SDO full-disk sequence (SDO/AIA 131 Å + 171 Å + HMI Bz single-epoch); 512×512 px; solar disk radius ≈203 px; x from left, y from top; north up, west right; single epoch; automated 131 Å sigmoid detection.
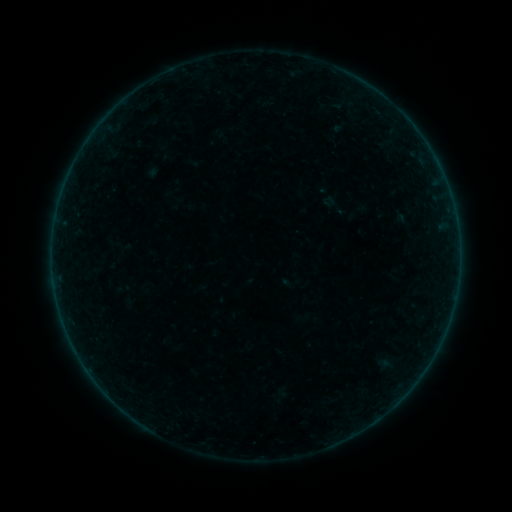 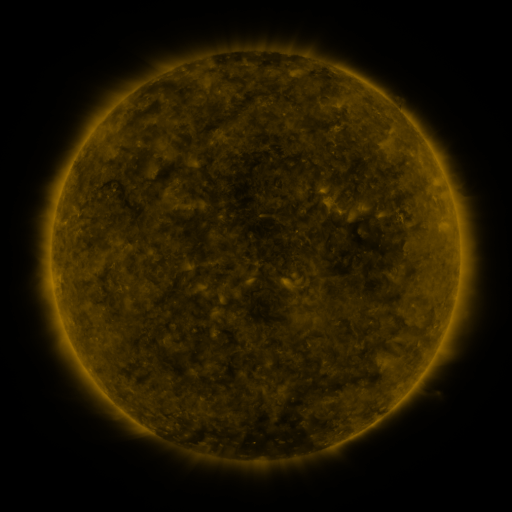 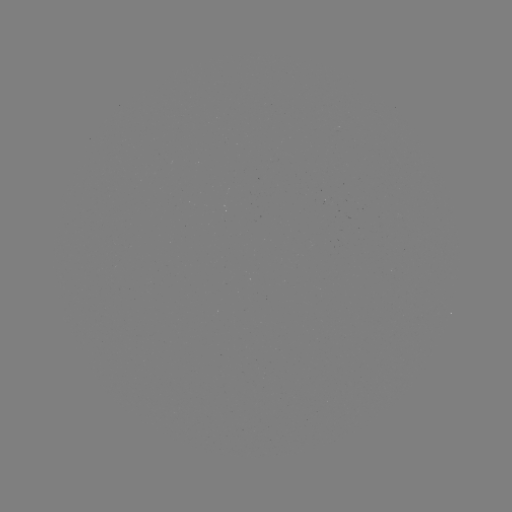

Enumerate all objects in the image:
sigmoid: (334, 205)
